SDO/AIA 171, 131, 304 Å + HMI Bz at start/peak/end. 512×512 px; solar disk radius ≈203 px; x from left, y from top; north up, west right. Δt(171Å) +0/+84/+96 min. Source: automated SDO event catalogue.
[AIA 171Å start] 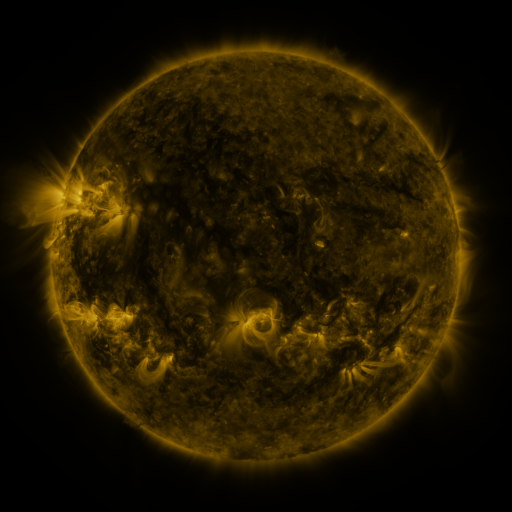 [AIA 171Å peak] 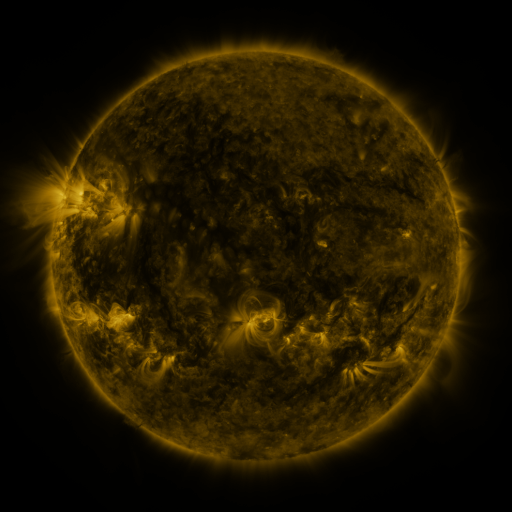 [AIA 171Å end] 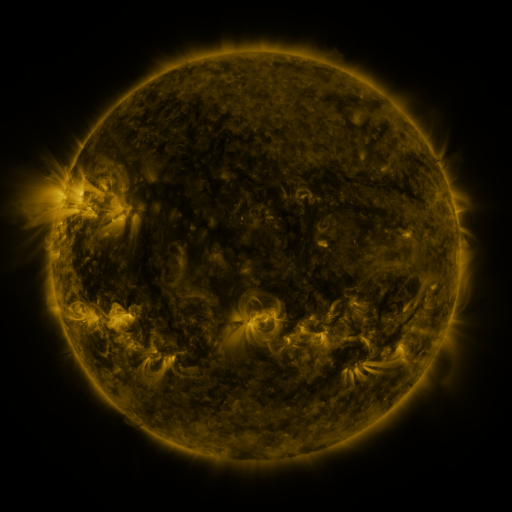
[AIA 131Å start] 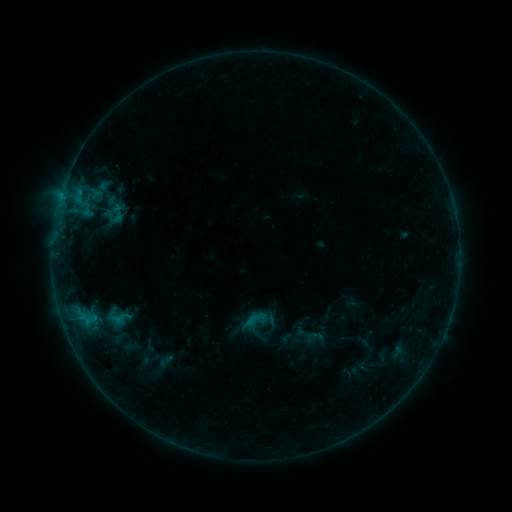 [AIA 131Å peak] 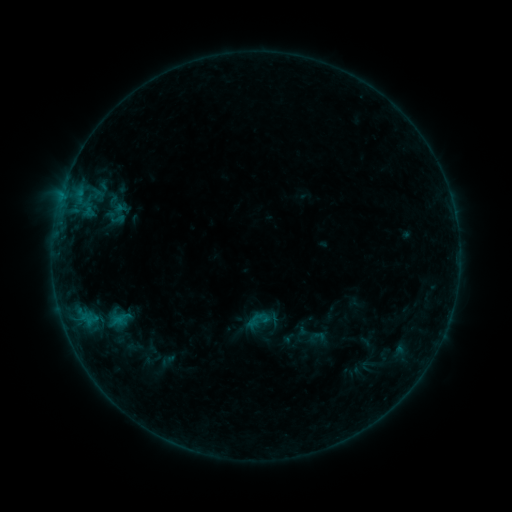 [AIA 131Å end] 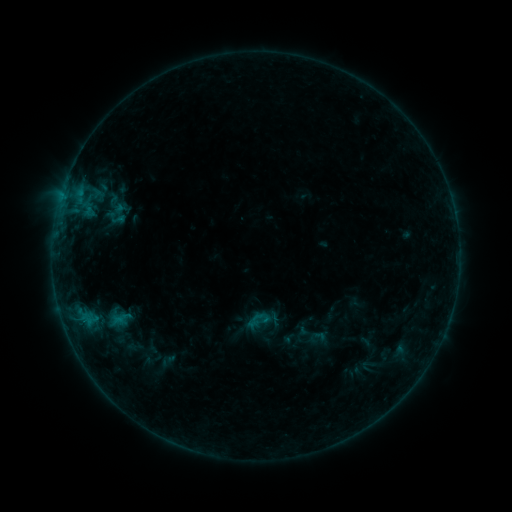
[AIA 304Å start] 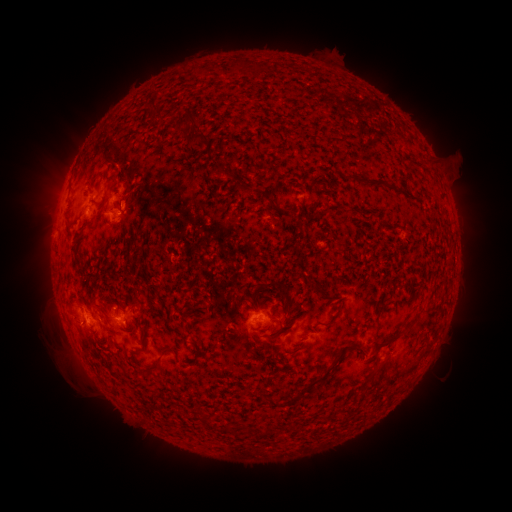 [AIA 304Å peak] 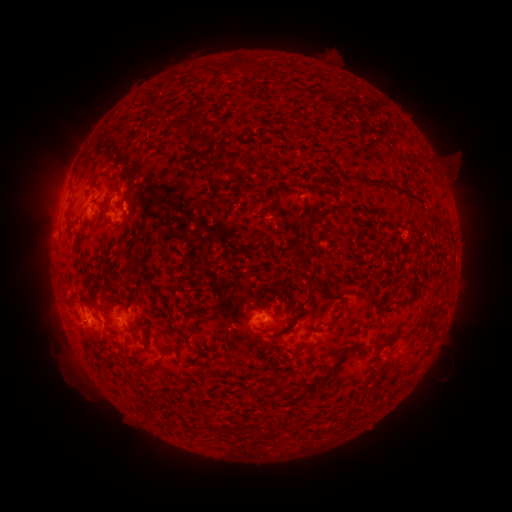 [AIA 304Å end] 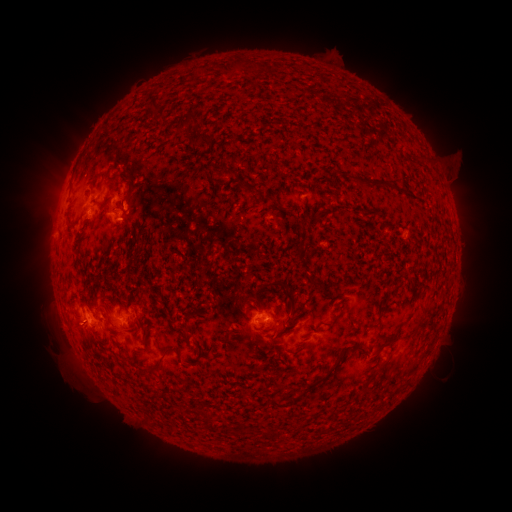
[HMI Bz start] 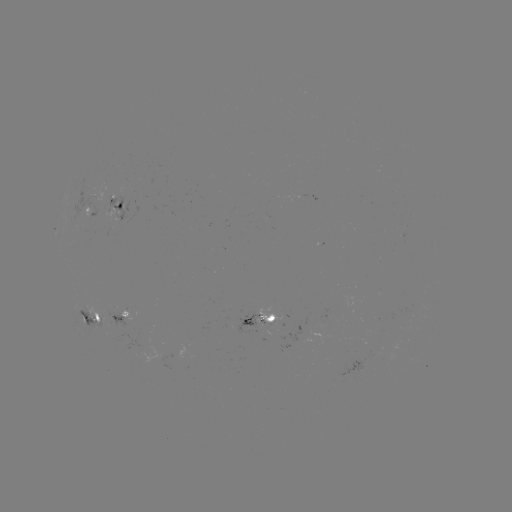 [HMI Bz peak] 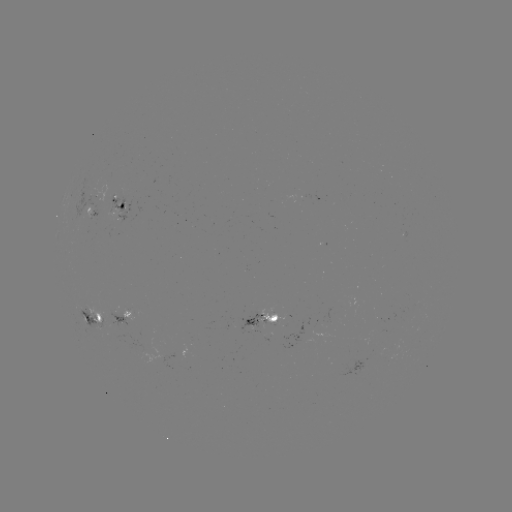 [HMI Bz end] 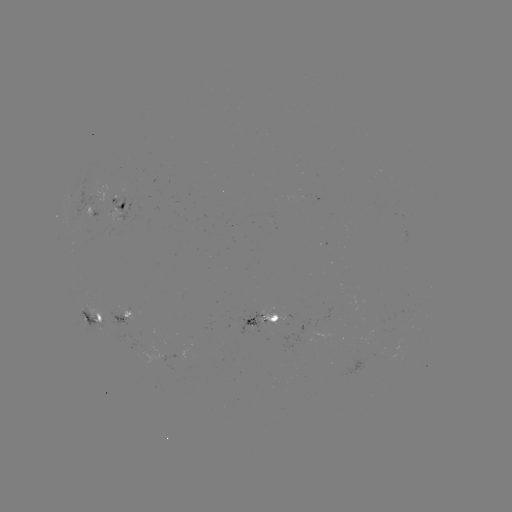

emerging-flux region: (80, 305, 109, 330)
